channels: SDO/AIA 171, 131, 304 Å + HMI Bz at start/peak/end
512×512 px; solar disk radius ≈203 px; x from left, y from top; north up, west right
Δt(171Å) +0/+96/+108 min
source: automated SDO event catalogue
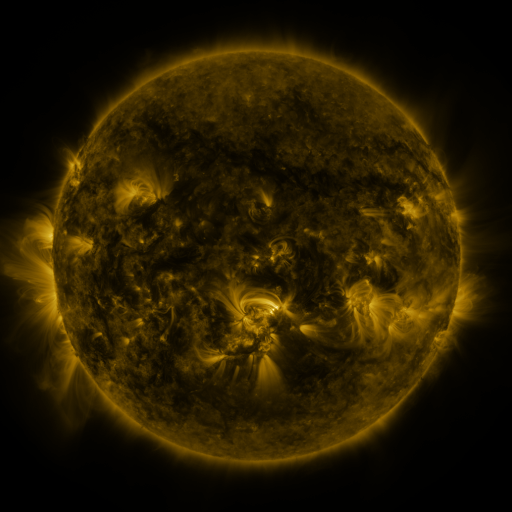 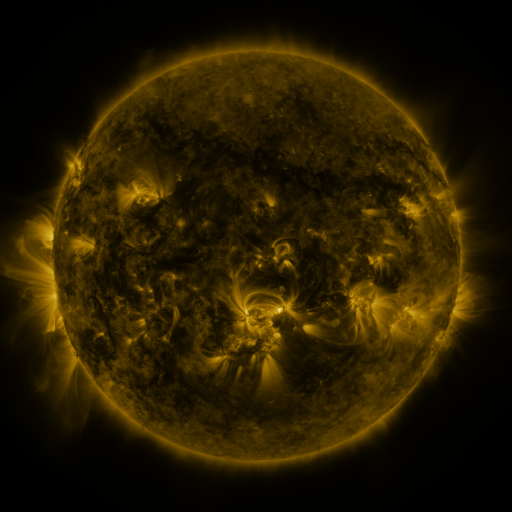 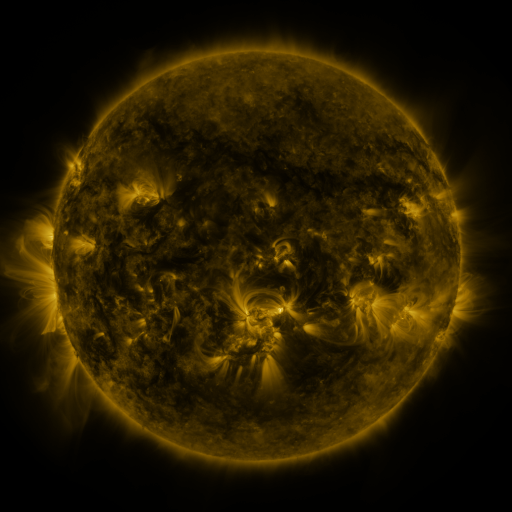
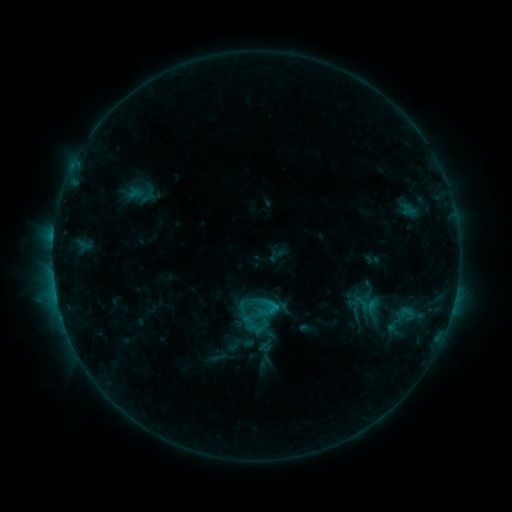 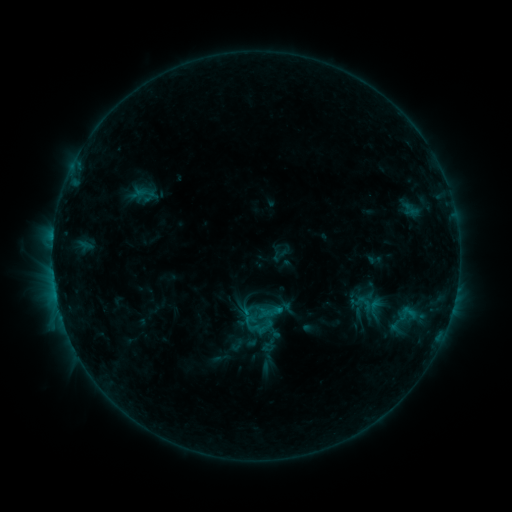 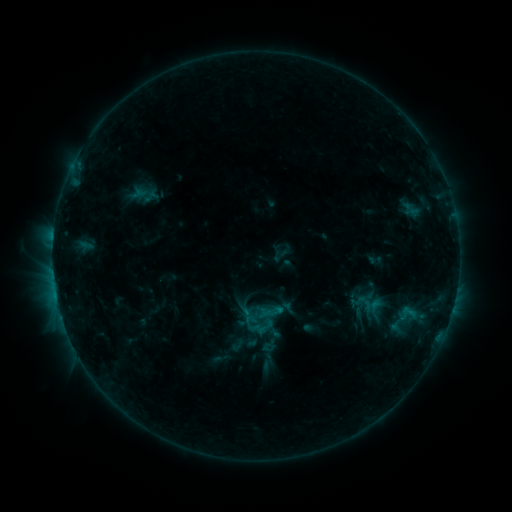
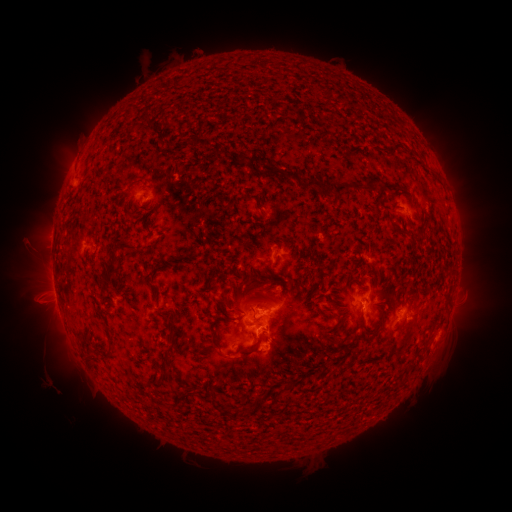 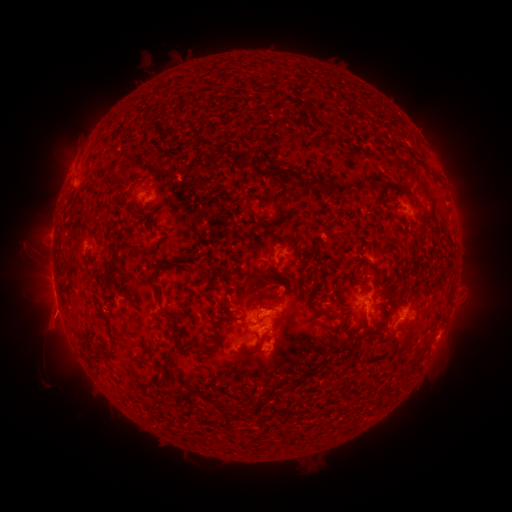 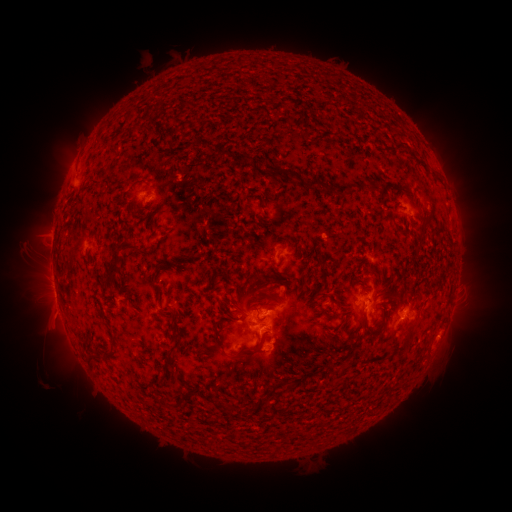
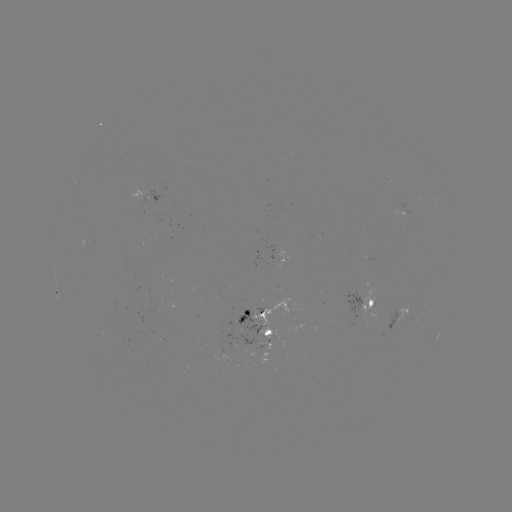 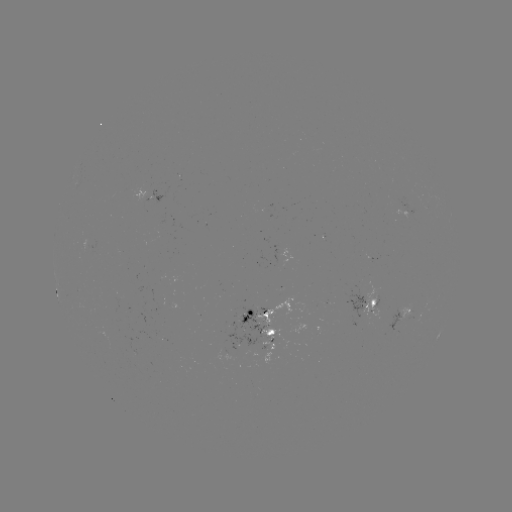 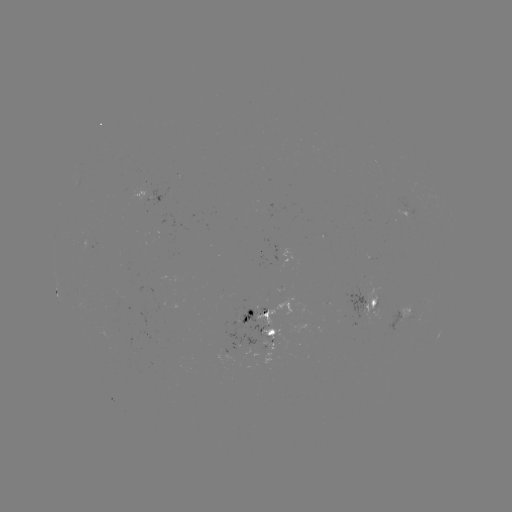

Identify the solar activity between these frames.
emerging-flux region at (360, 297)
